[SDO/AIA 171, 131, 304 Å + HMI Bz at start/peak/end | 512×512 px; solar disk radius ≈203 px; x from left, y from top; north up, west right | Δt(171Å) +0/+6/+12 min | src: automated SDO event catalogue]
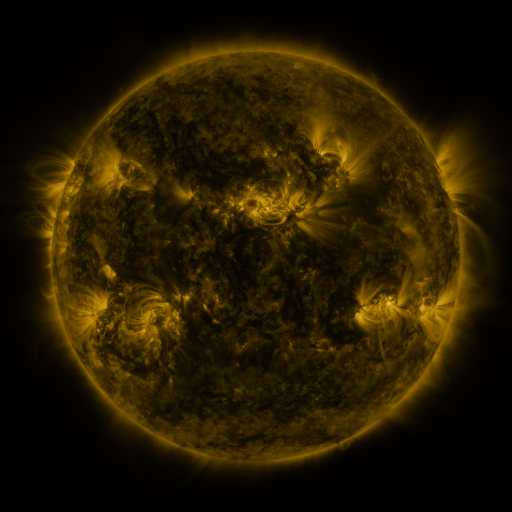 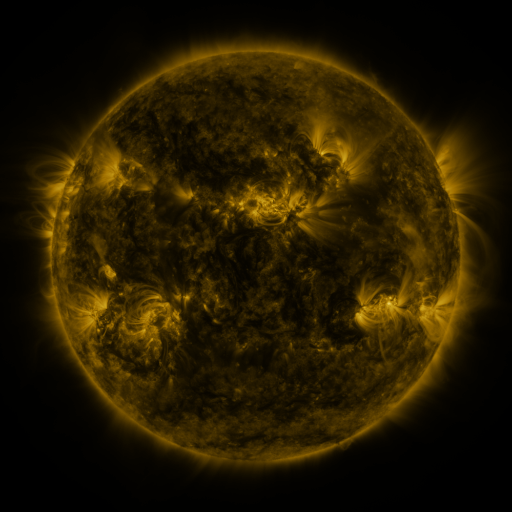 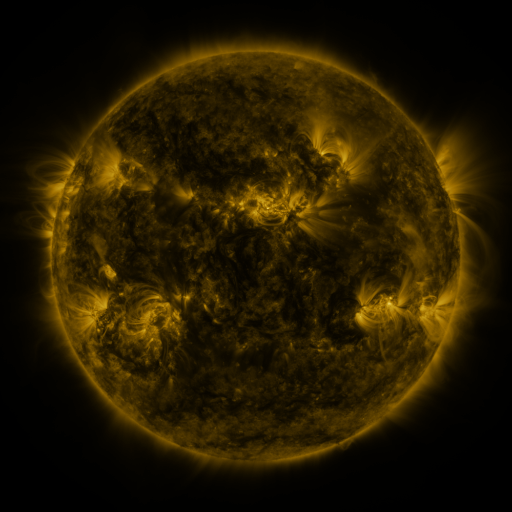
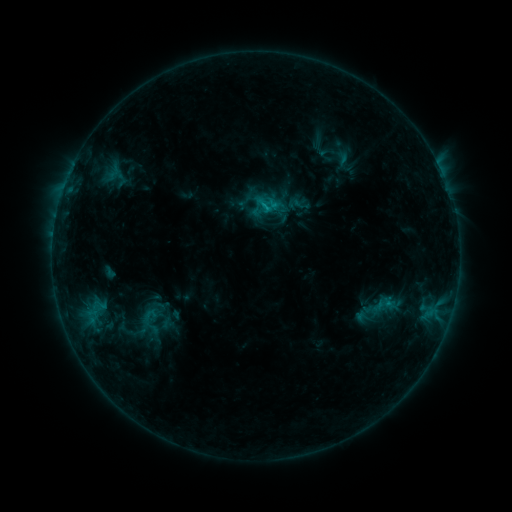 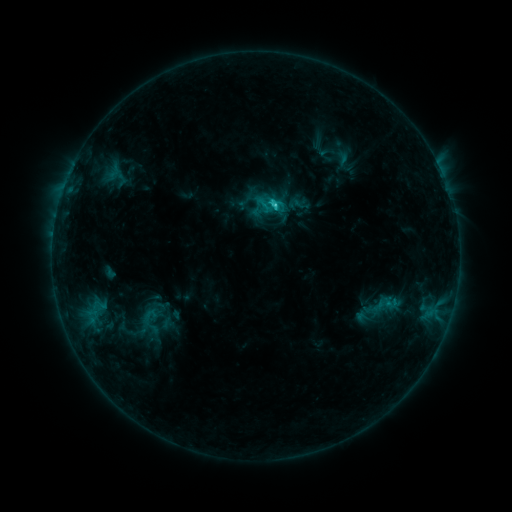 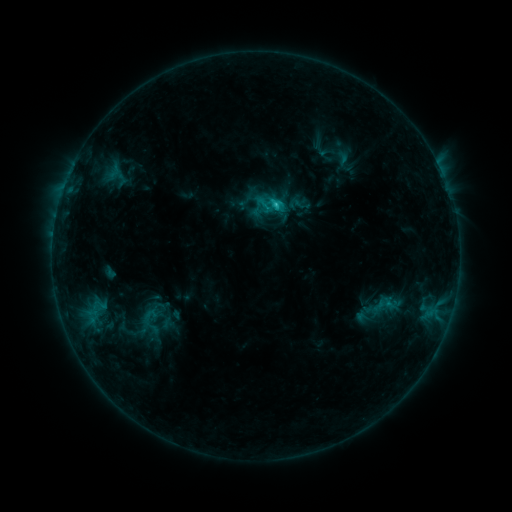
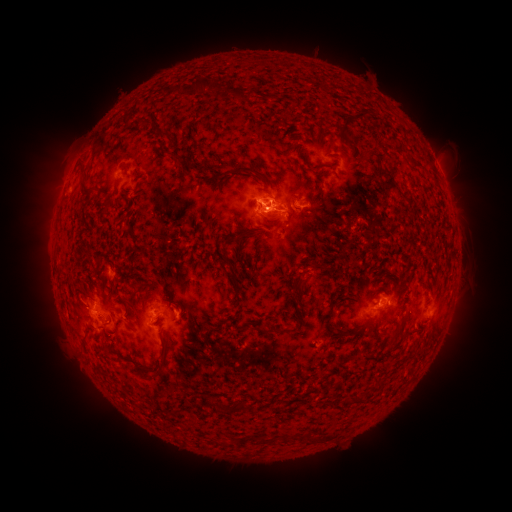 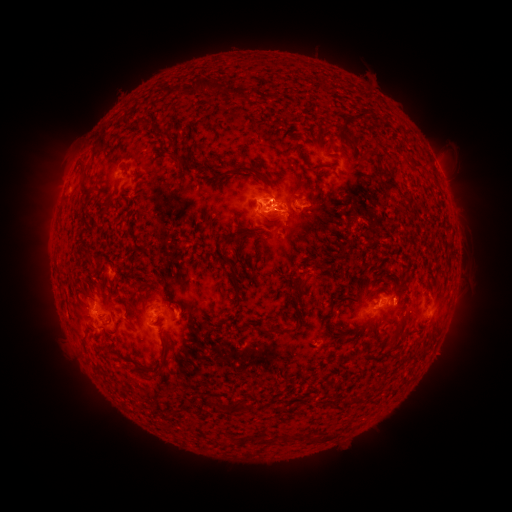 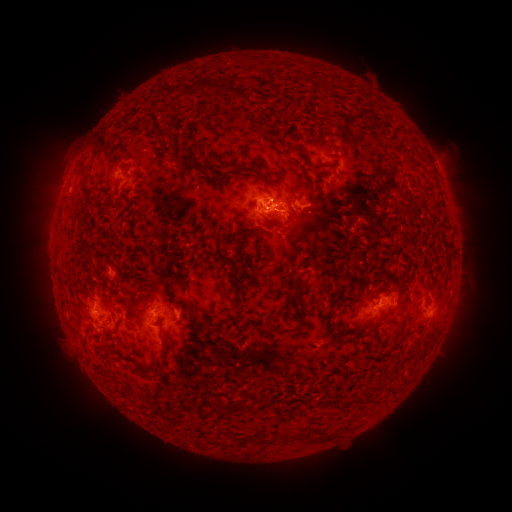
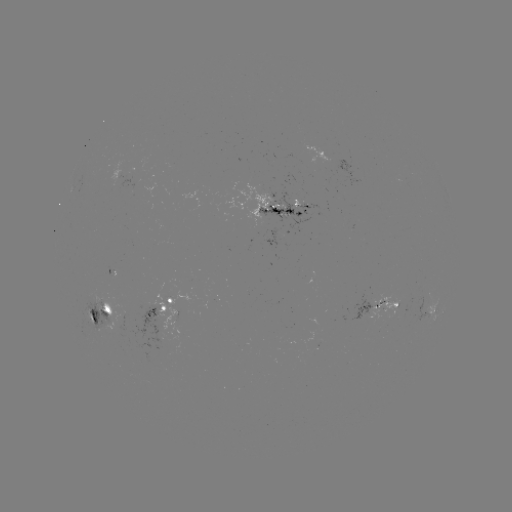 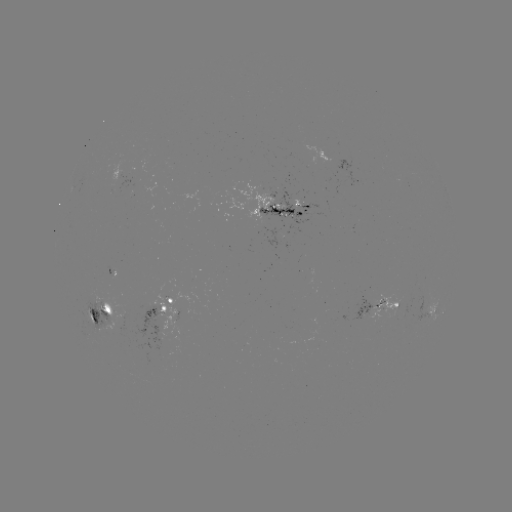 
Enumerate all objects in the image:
C2.0 flare: (273, 206)
